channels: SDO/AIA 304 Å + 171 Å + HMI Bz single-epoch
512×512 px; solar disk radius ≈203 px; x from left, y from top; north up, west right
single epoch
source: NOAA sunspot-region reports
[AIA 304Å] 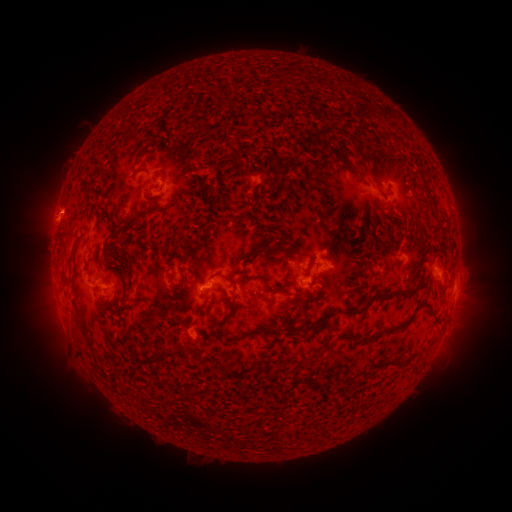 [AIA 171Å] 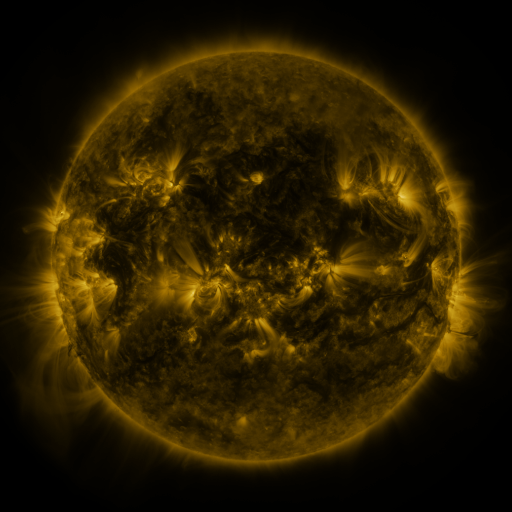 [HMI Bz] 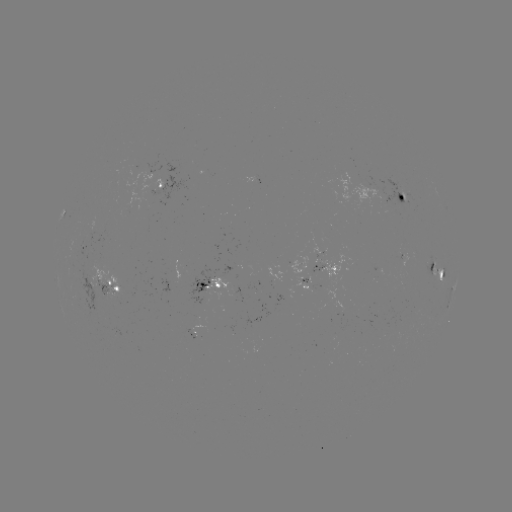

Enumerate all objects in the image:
spotted active region: (156, 189)
spotted active region: (401, 194)
spotted active region: (321, 268)
spotted active region: (436, 269)
spotted active region: (211, 285)
spotted active region: (455, 285)
spotted active region: (112, 292)
